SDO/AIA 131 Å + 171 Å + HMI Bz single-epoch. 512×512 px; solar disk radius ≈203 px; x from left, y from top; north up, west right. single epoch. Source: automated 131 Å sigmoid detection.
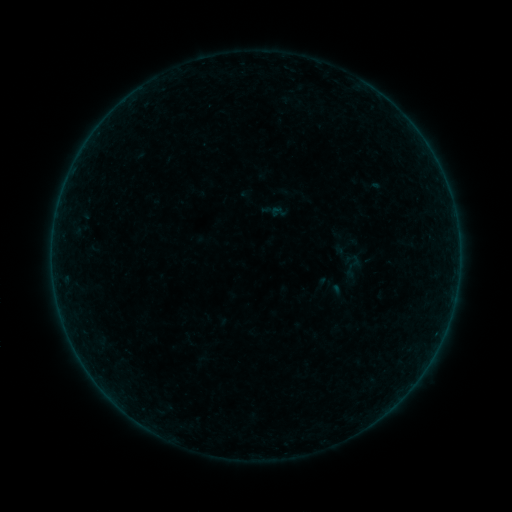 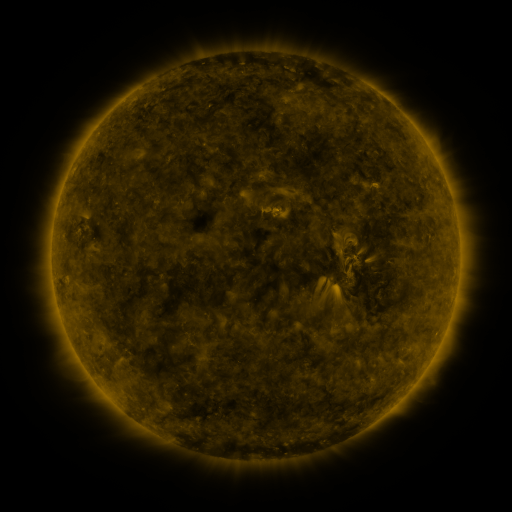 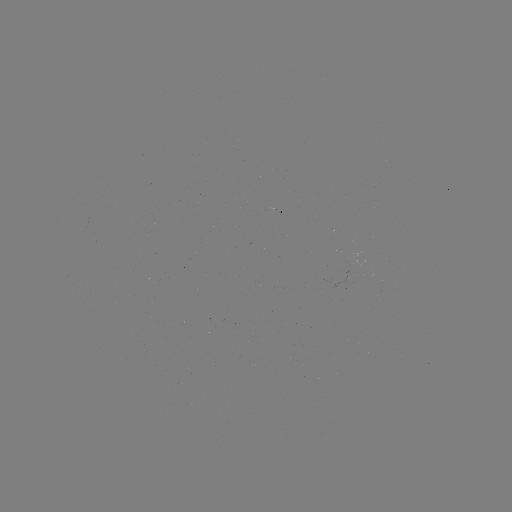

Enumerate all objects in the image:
sigmoid: (278, 212)
